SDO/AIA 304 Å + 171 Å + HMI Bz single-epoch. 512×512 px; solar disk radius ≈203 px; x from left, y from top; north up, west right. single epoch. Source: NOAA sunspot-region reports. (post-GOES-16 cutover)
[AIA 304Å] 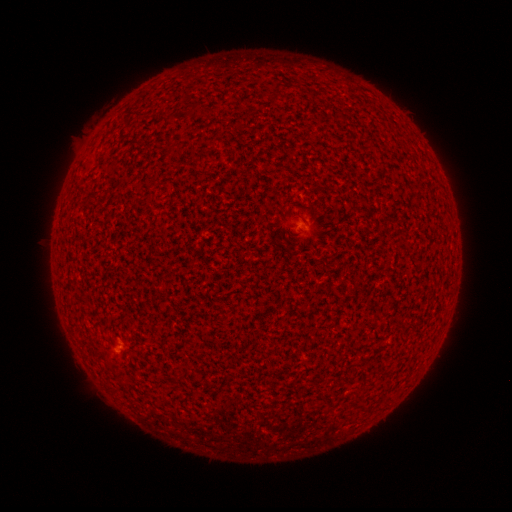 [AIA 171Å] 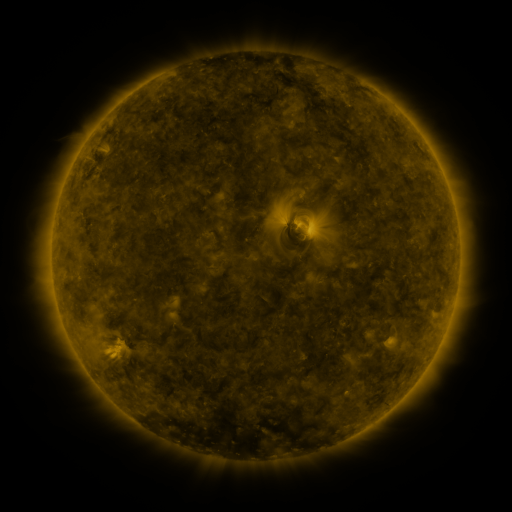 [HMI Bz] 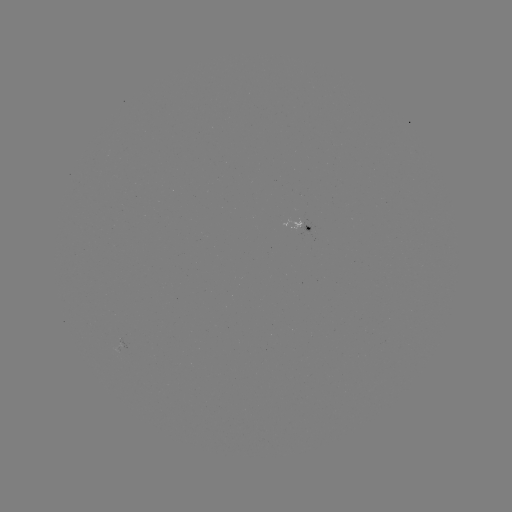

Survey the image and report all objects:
spotted active region: (305, 218)
